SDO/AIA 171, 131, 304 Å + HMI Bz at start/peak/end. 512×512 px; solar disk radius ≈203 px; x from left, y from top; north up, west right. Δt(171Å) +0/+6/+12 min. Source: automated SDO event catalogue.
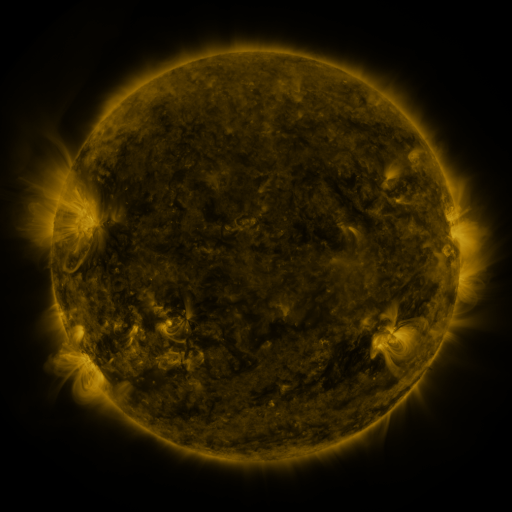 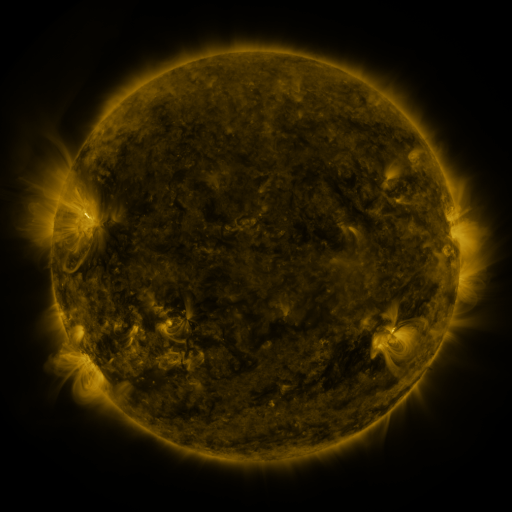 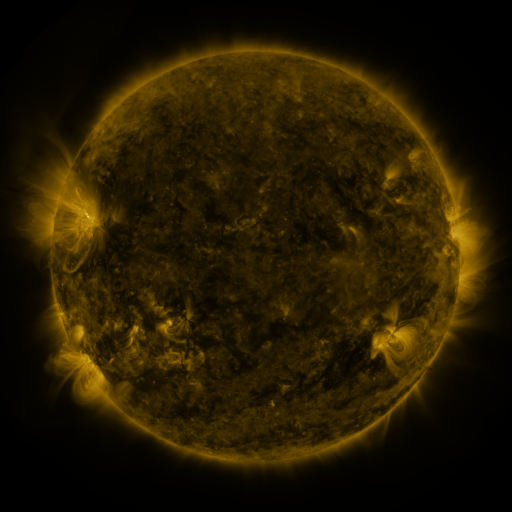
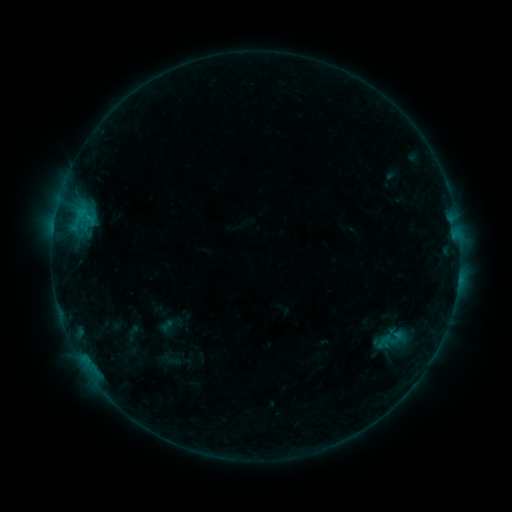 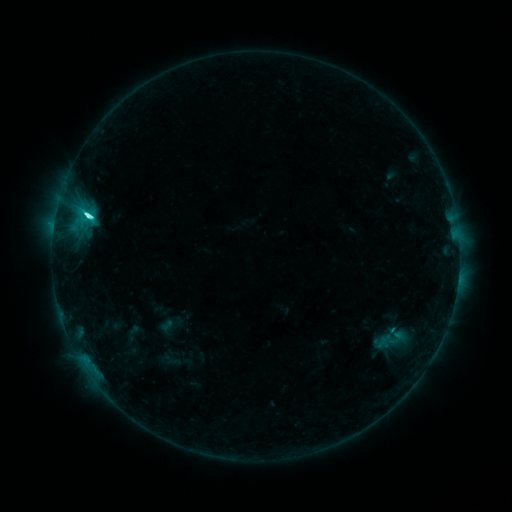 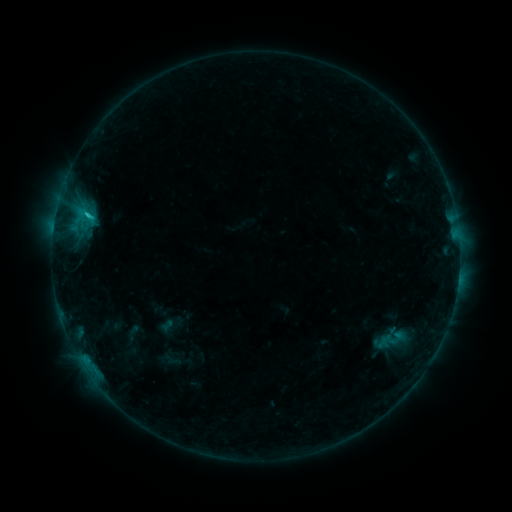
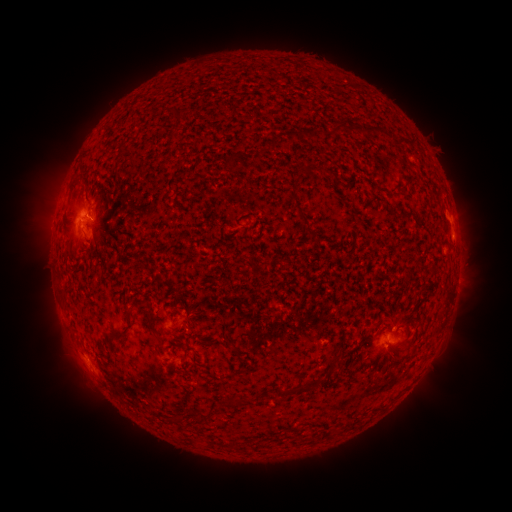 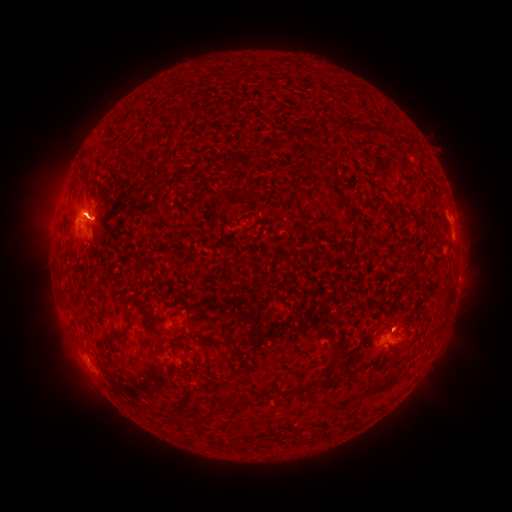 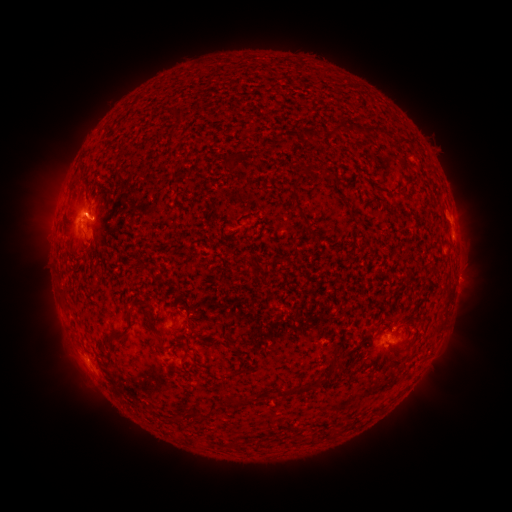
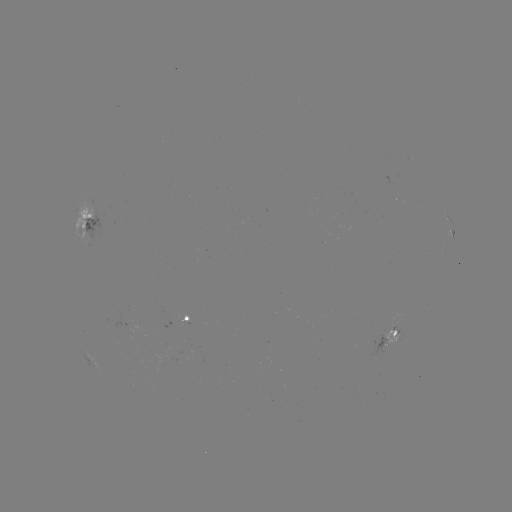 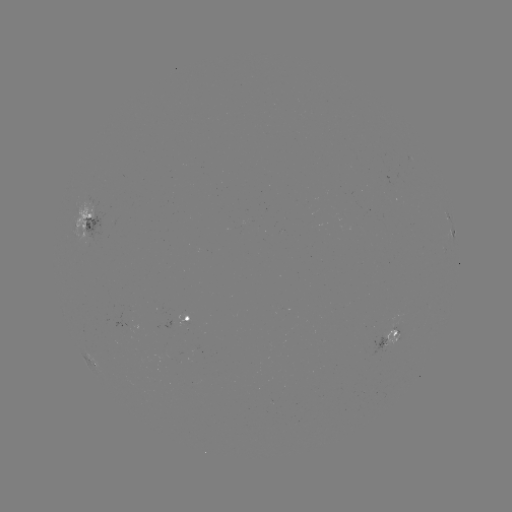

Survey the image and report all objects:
C4.6 flare: (88, 218)
